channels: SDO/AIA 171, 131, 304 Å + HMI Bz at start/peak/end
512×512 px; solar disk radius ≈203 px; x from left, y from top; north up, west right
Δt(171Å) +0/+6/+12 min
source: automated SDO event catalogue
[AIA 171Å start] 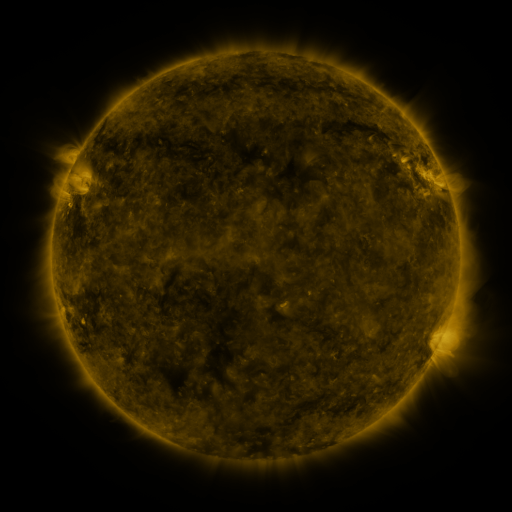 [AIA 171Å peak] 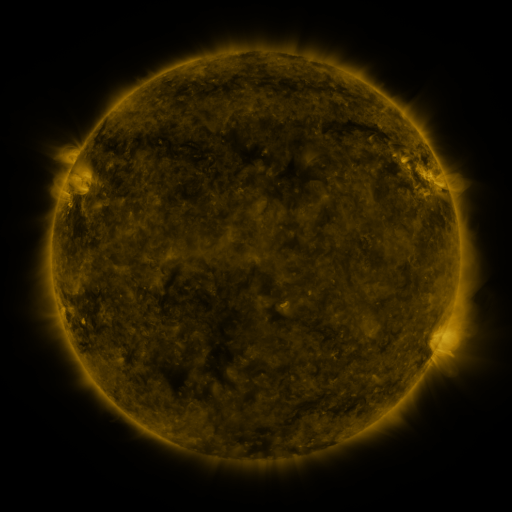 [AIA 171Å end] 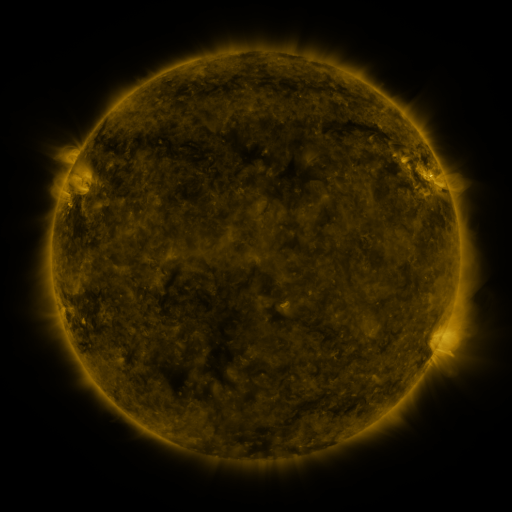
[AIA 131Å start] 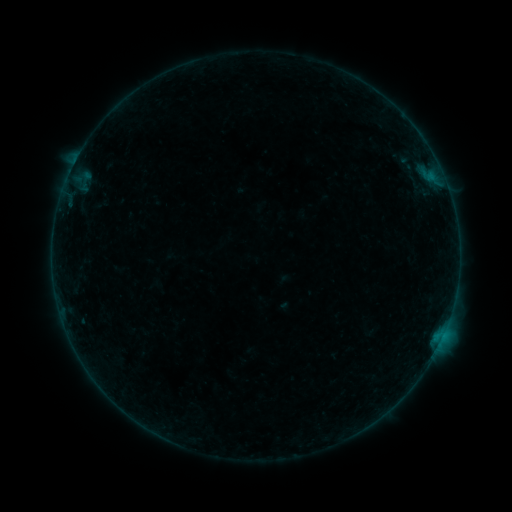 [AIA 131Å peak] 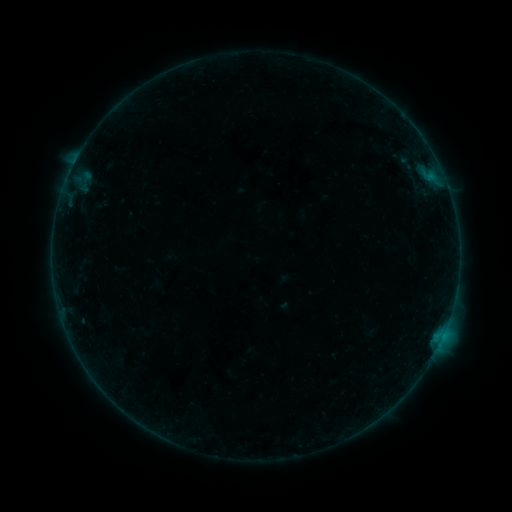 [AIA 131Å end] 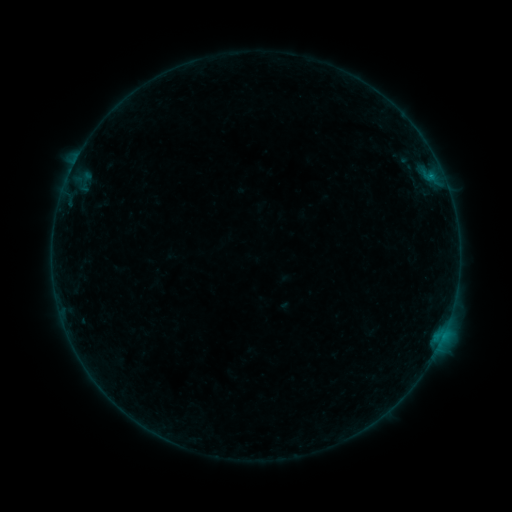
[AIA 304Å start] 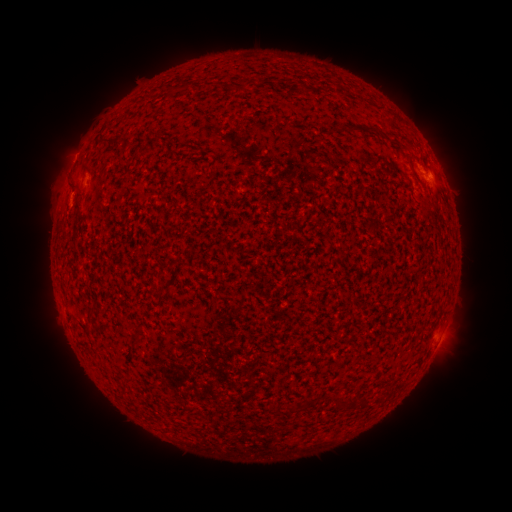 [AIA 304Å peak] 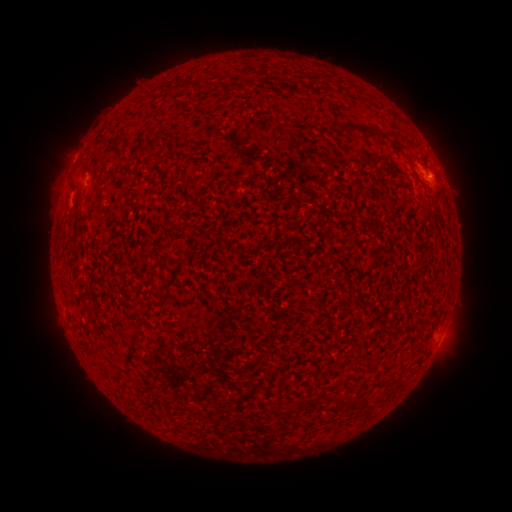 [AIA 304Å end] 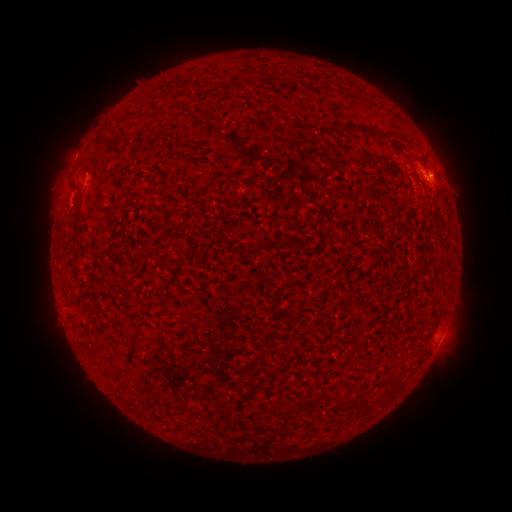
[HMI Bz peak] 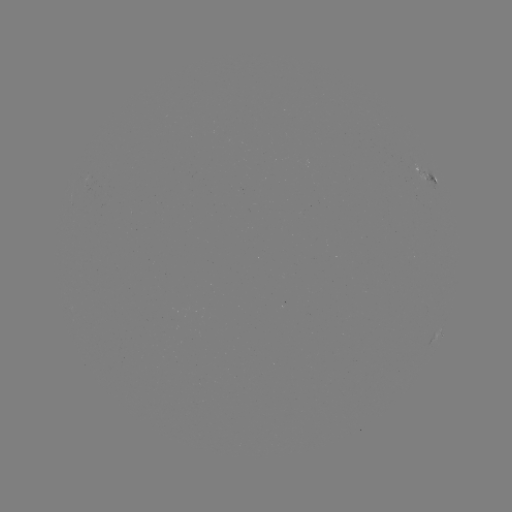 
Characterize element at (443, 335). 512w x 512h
B2.4 flare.